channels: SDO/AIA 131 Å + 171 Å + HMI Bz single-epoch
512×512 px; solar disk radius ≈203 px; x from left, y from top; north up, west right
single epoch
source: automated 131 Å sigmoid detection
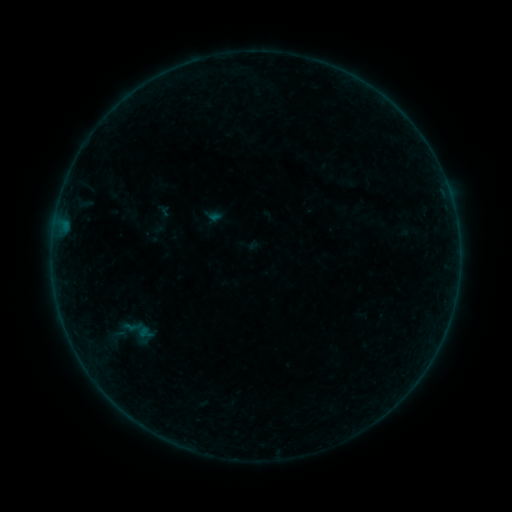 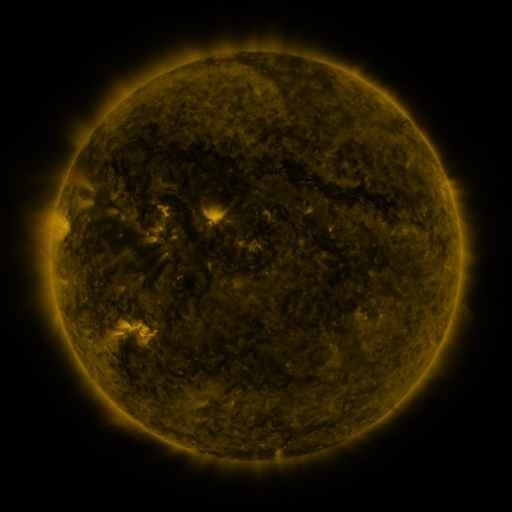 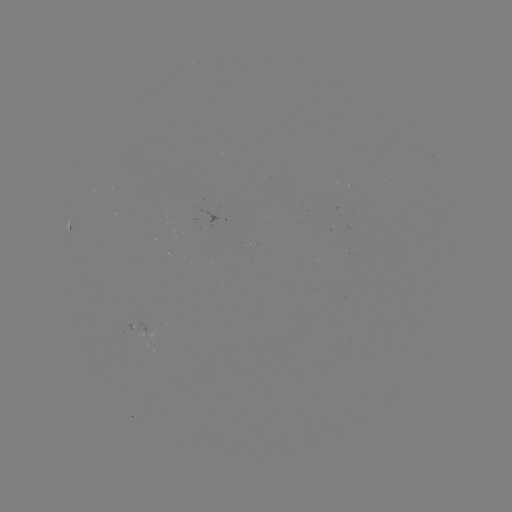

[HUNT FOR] sigmoid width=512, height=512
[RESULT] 134,331